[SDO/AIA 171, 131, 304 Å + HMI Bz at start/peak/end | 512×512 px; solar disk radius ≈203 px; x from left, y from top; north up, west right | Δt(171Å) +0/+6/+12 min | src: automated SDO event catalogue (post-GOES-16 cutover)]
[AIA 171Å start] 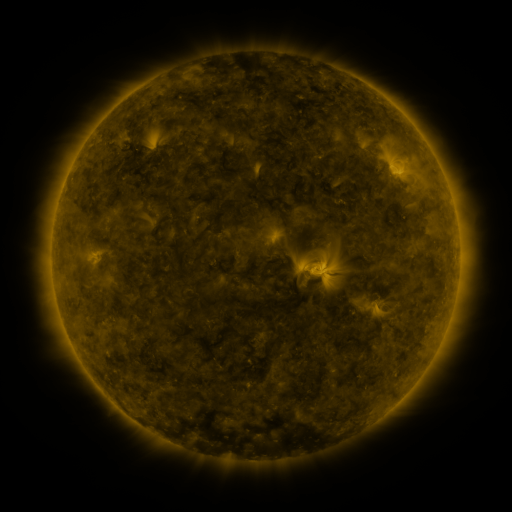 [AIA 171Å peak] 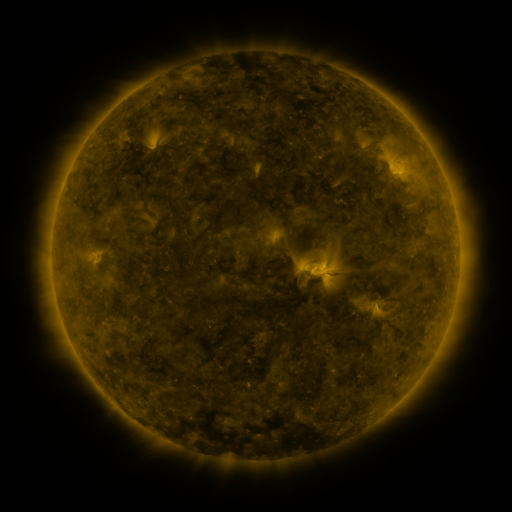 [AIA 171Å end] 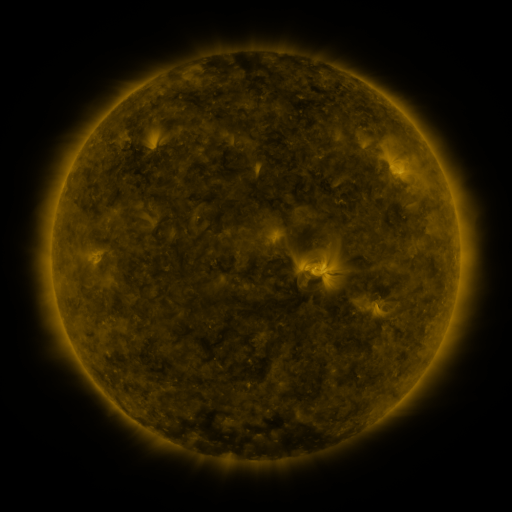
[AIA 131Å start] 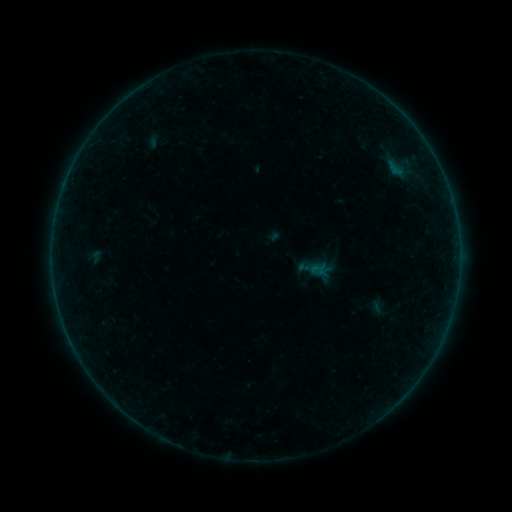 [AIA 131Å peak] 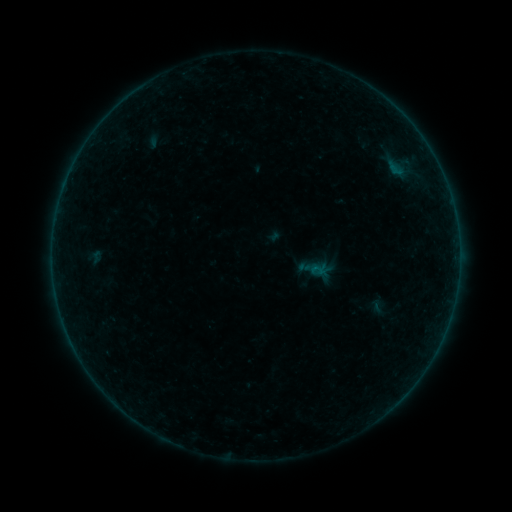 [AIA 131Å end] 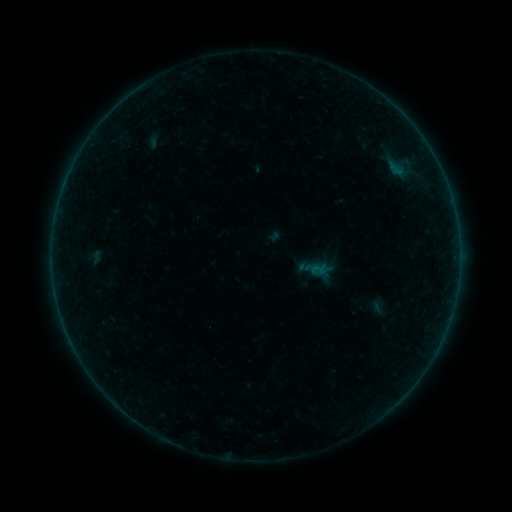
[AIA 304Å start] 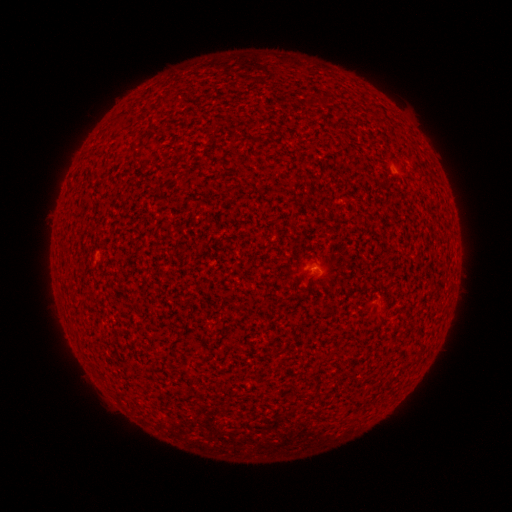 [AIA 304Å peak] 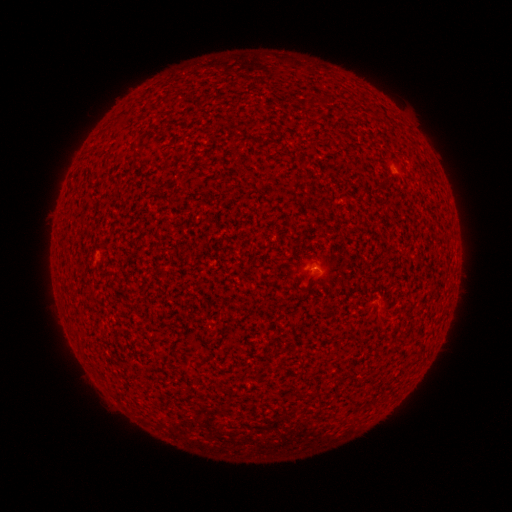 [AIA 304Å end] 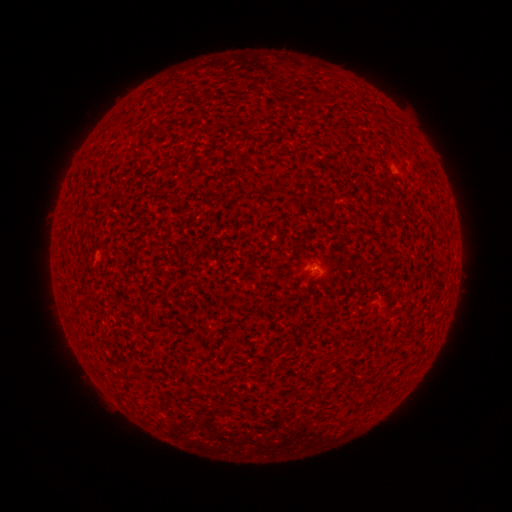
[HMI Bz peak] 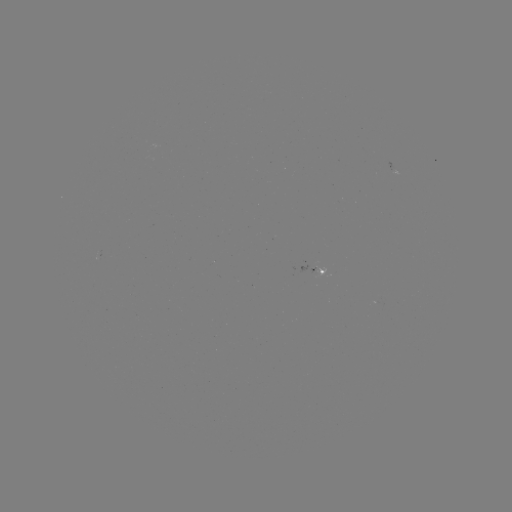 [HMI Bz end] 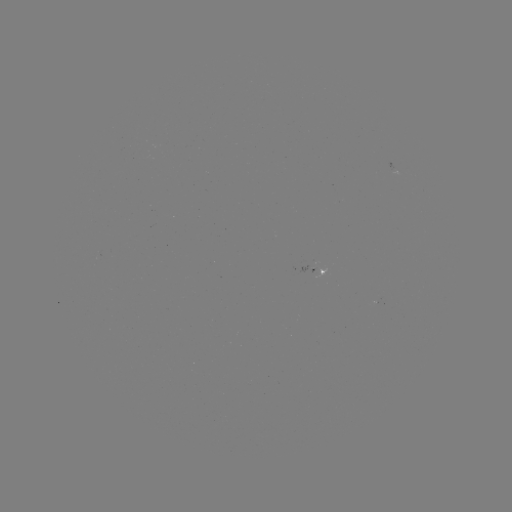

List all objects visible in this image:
A3.1 flare: (315, 266)
